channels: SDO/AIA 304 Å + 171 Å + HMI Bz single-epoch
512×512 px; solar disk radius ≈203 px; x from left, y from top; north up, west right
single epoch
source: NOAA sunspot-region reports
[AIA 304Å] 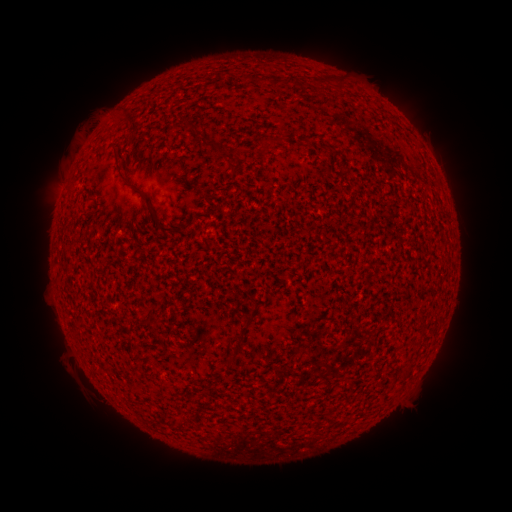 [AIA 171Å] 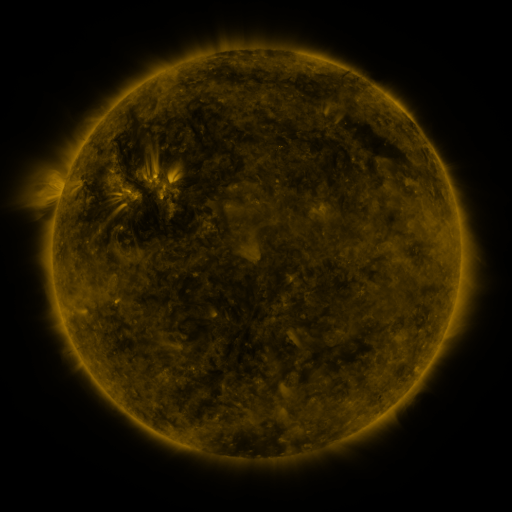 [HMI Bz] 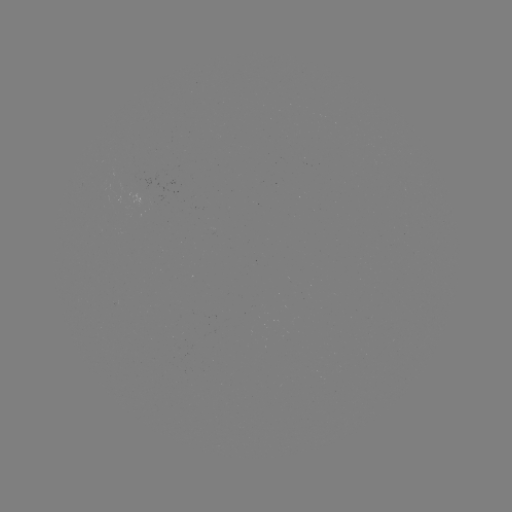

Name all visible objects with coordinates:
(none)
